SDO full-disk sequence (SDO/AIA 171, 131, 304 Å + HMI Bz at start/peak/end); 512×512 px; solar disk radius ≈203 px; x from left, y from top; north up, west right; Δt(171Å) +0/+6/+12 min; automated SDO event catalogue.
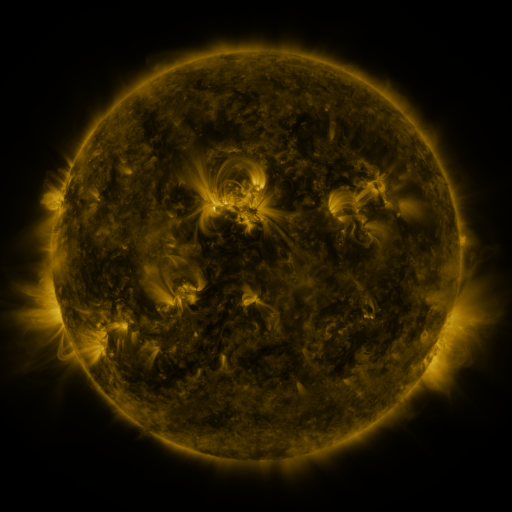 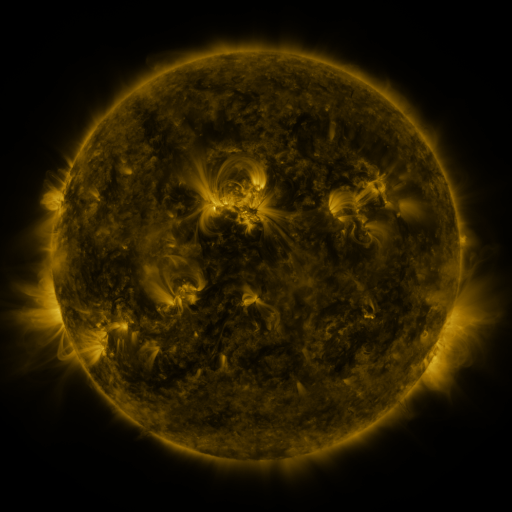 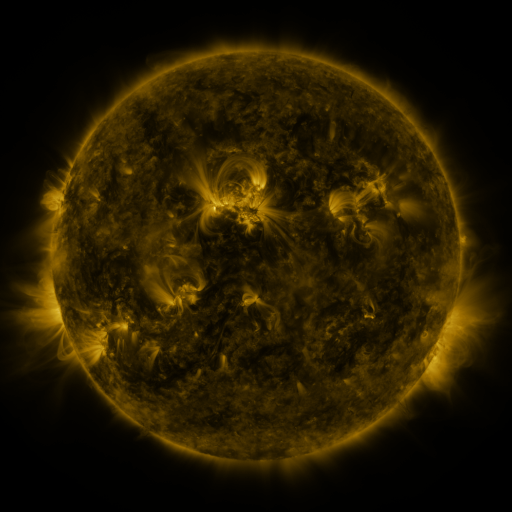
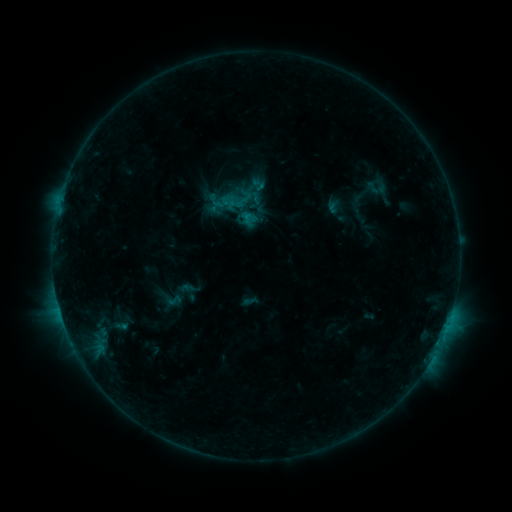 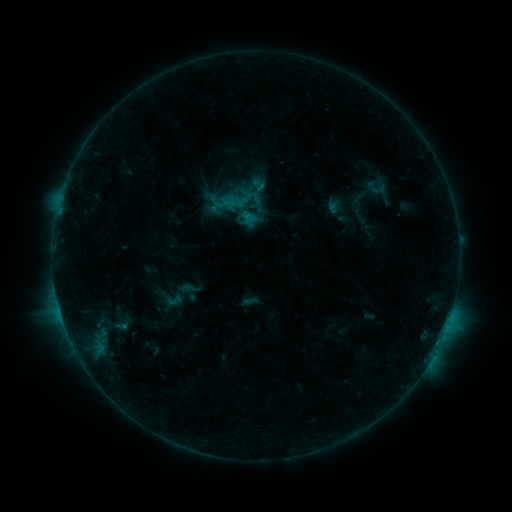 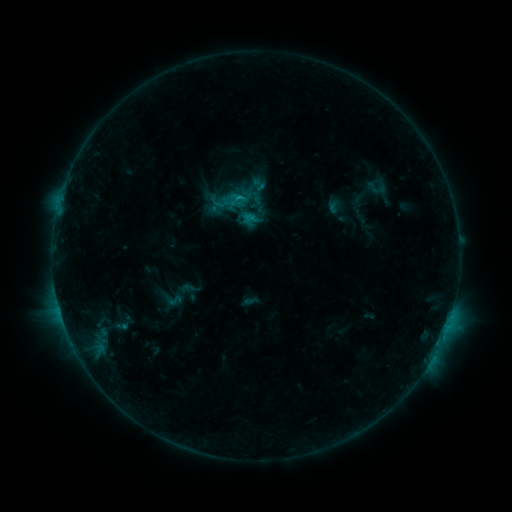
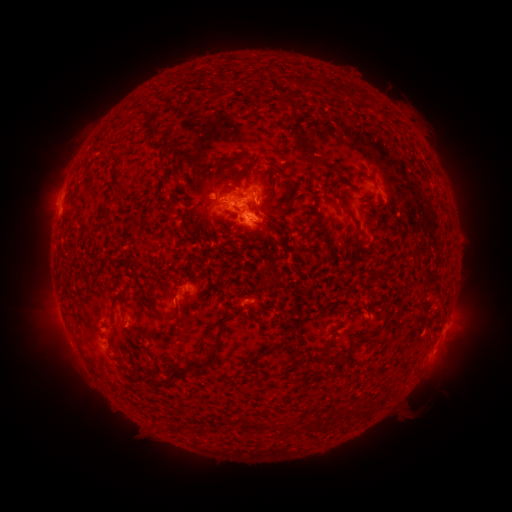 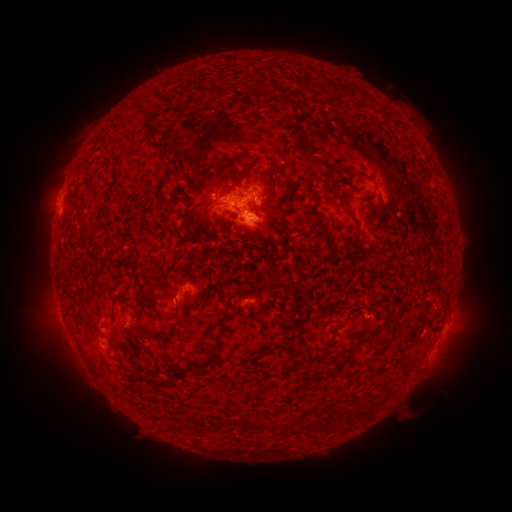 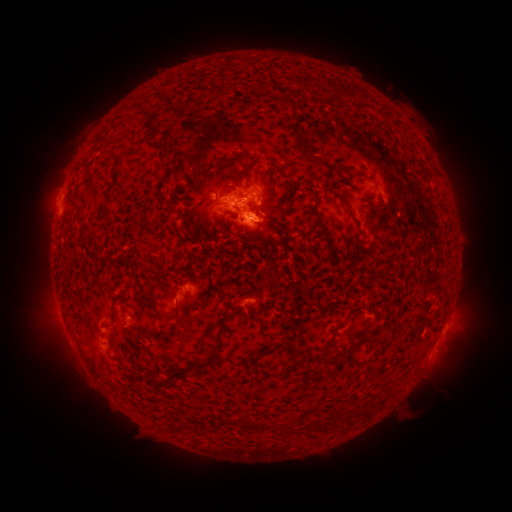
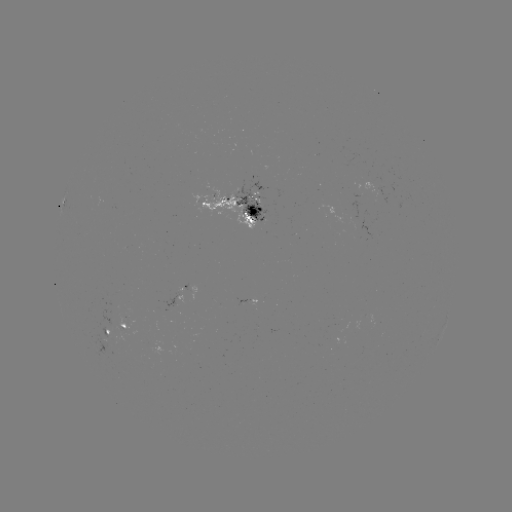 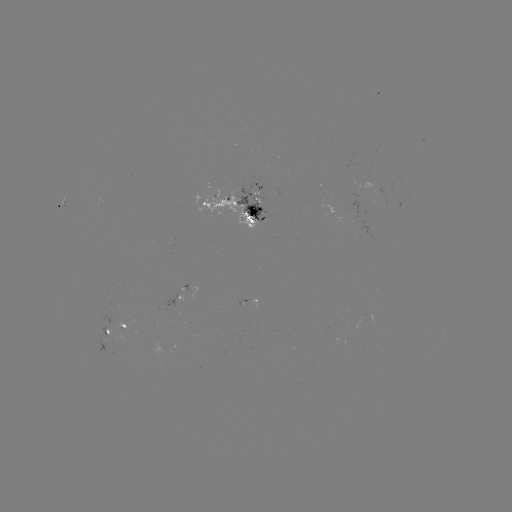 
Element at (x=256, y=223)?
C1.0 flare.